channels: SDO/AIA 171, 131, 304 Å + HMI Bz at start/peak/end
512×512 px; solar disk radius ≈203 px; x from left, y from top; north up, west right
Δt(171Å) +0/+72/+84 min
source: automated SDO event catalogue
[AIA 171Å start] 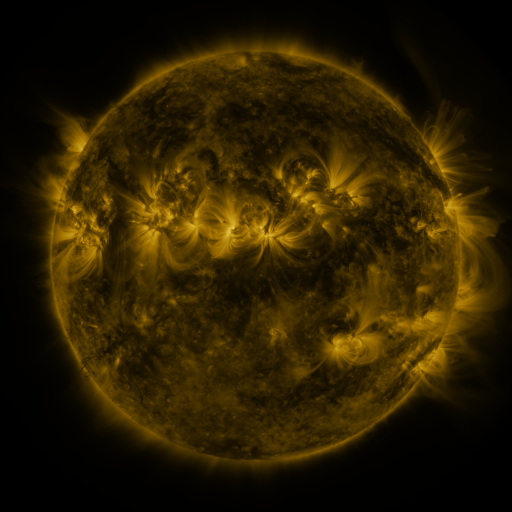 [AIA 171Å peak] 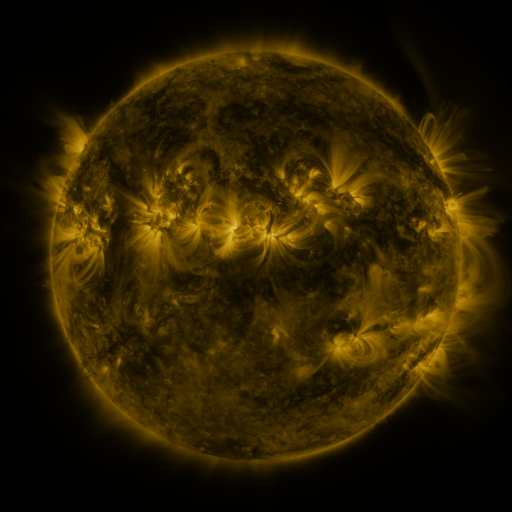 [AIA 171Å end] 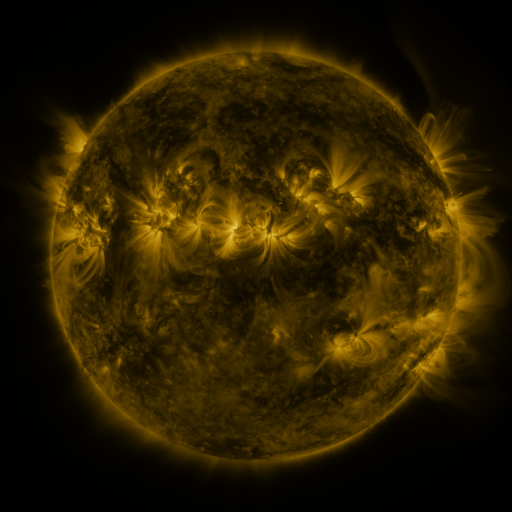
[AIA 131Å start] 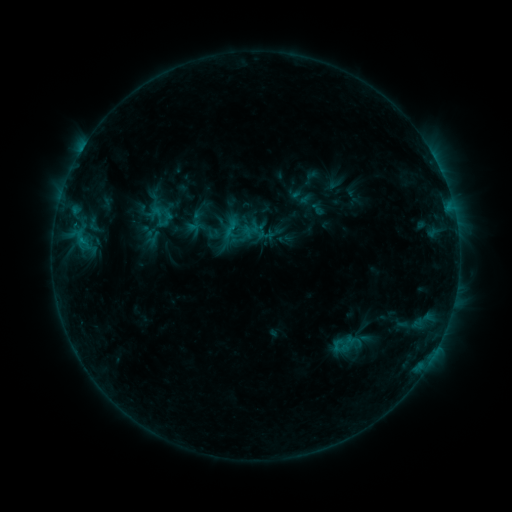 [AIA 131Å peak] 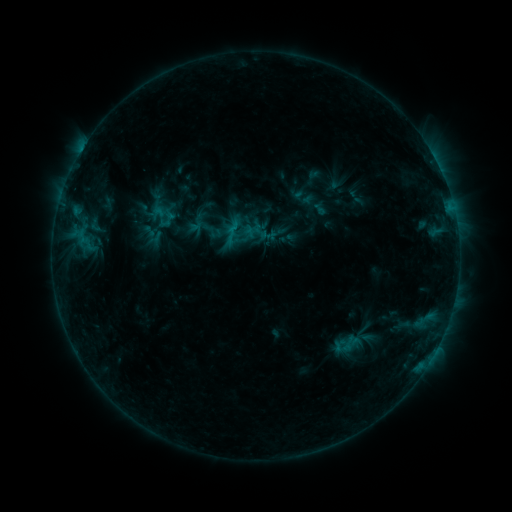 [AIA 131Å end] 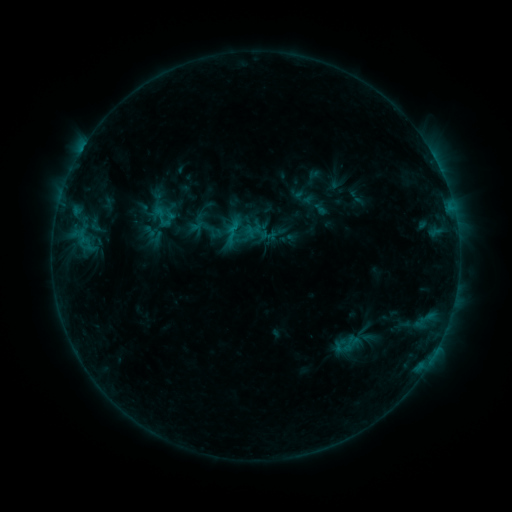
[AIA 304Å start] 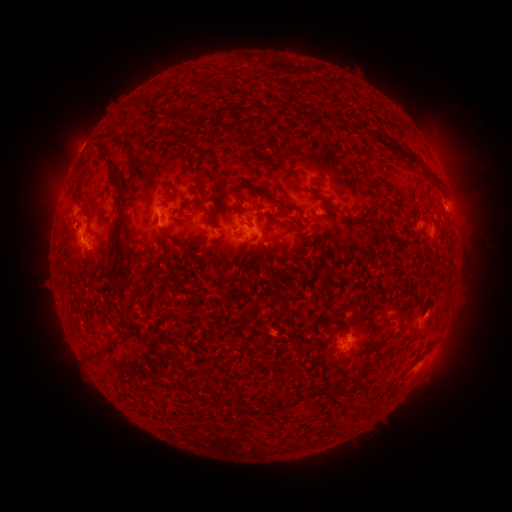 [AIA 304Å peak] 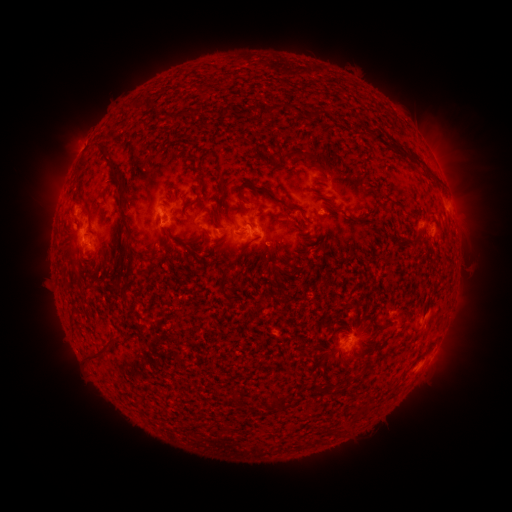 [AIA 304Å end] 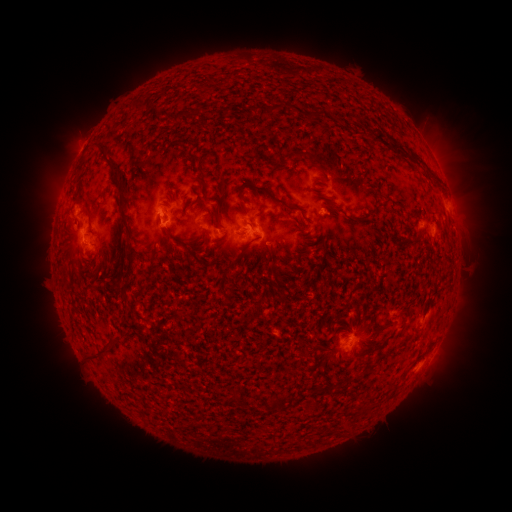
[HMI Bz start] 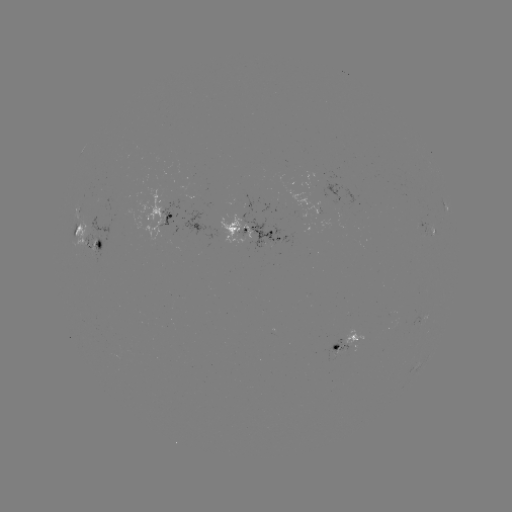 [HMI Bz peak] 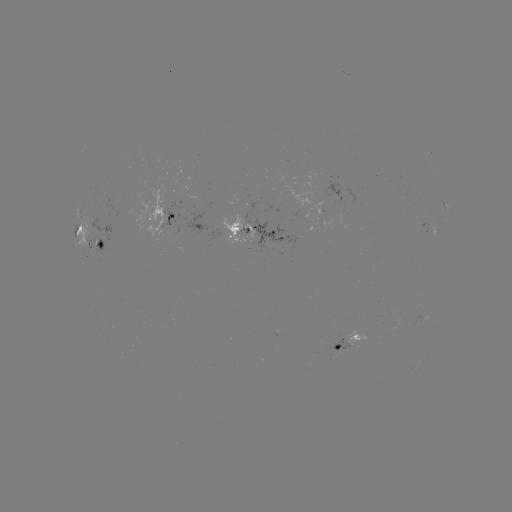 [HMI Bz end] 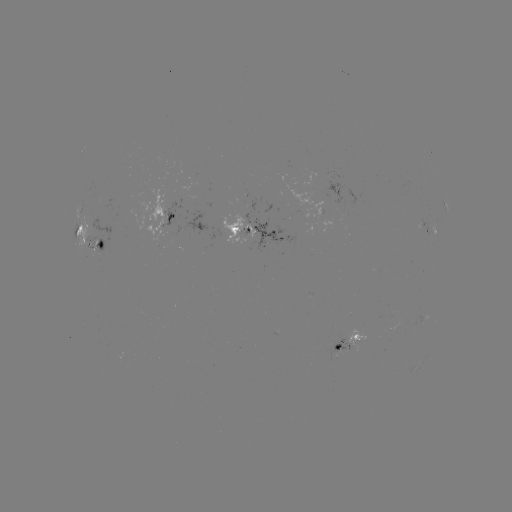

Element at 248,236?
emerging-flux region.